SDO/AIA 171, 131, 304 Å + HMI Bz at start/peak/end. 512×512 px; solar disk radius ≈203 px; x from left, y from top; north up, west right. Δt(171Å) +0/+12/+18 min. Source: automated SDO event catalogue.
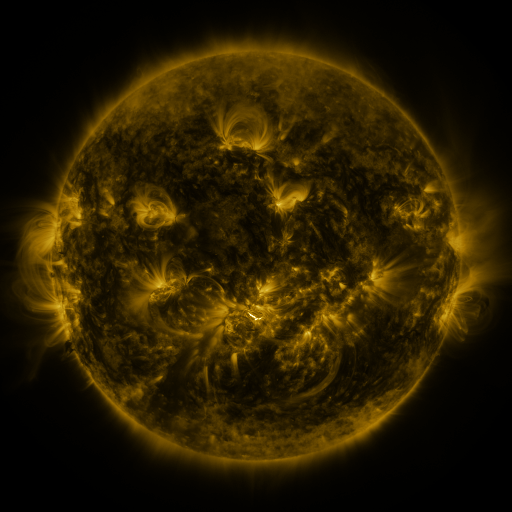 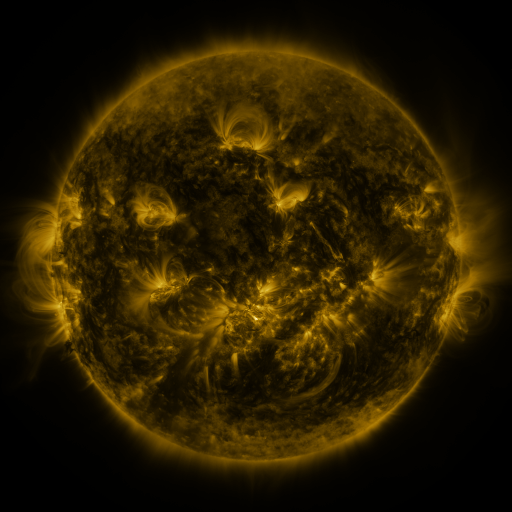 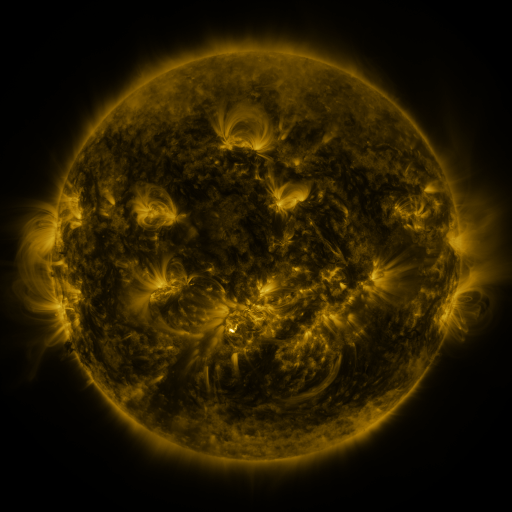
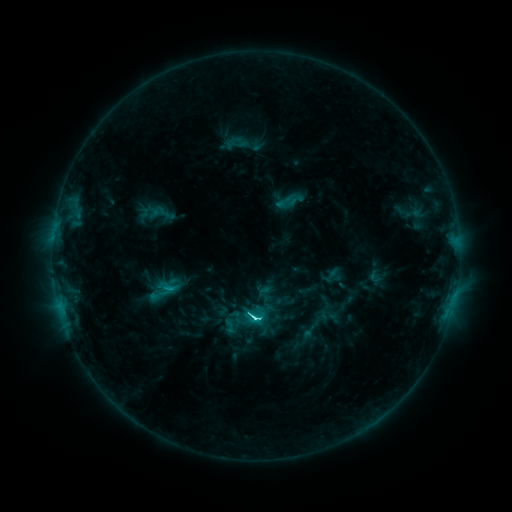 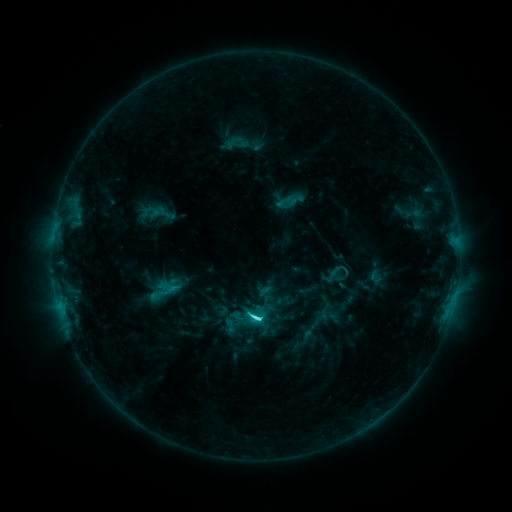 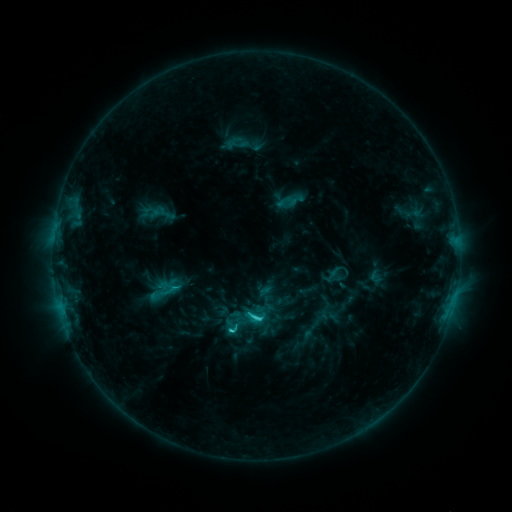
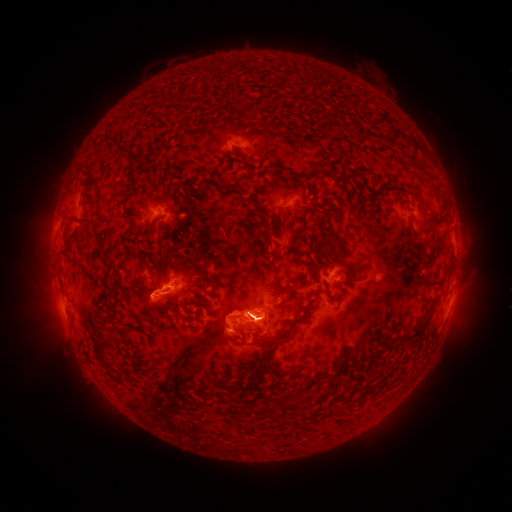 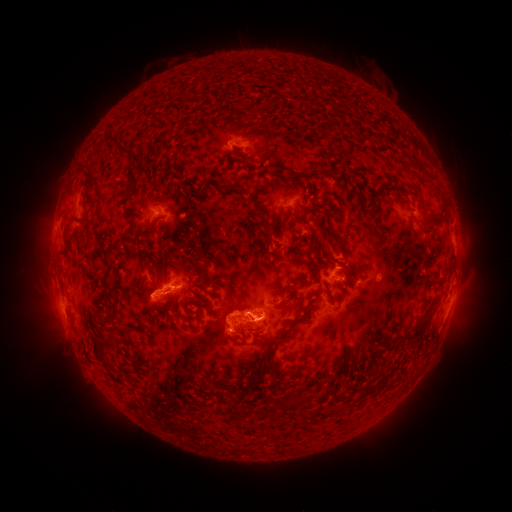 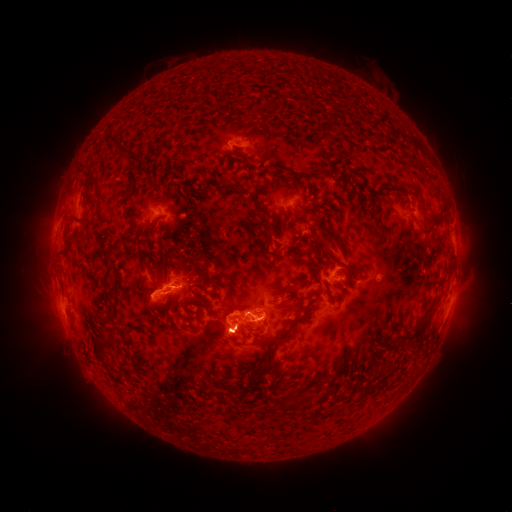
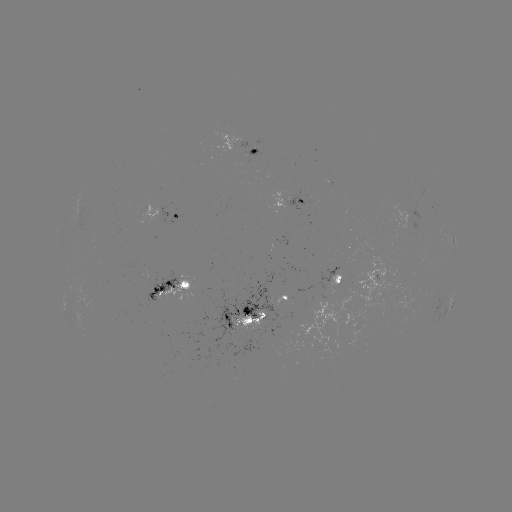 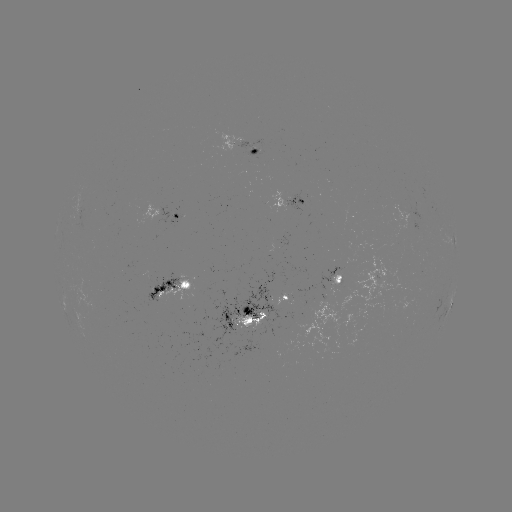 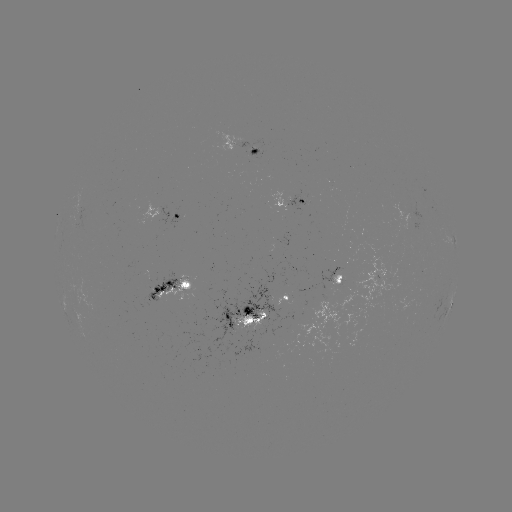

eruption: (311, 227, 363, 283)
